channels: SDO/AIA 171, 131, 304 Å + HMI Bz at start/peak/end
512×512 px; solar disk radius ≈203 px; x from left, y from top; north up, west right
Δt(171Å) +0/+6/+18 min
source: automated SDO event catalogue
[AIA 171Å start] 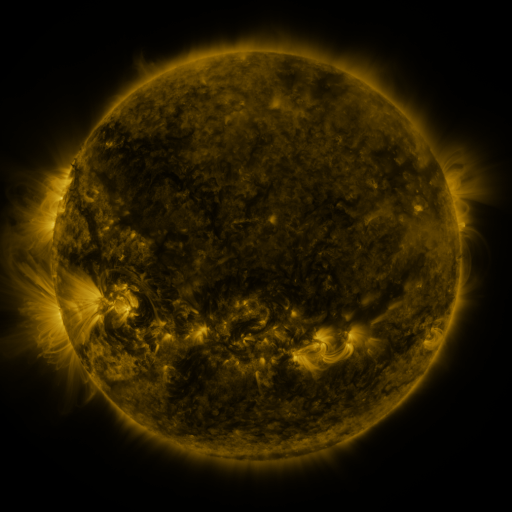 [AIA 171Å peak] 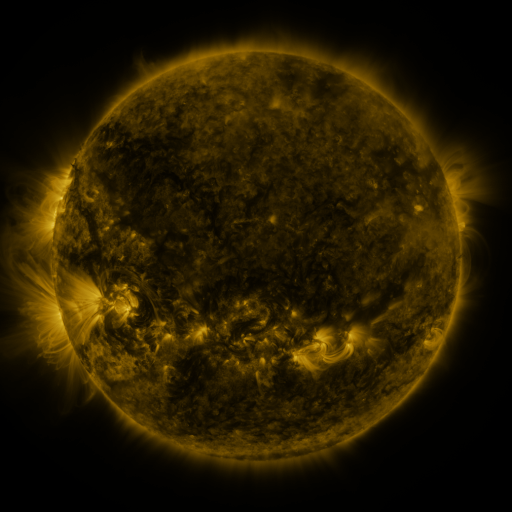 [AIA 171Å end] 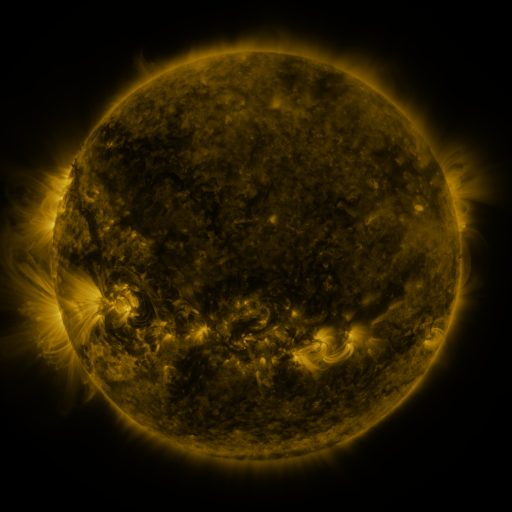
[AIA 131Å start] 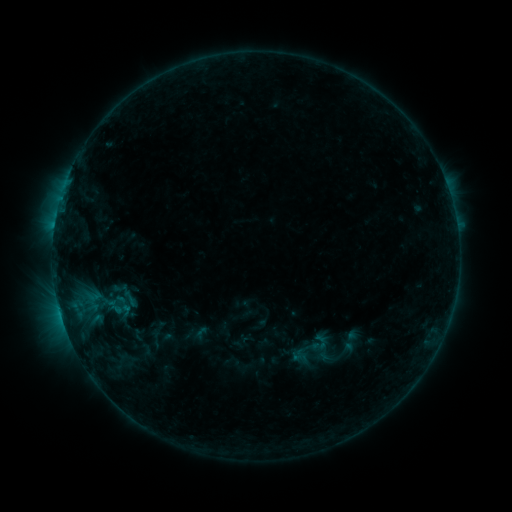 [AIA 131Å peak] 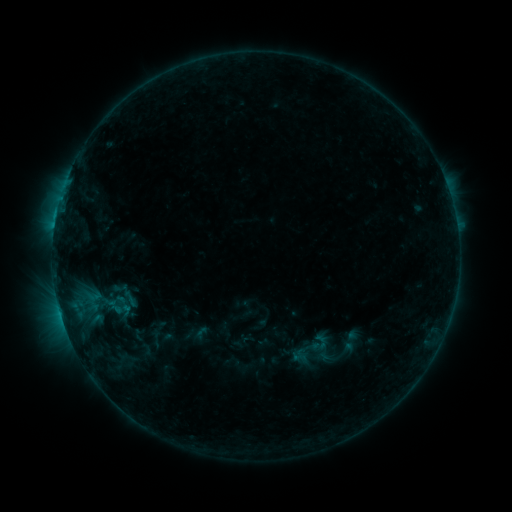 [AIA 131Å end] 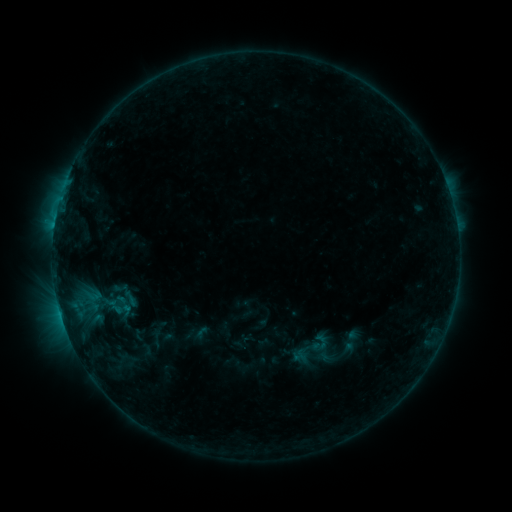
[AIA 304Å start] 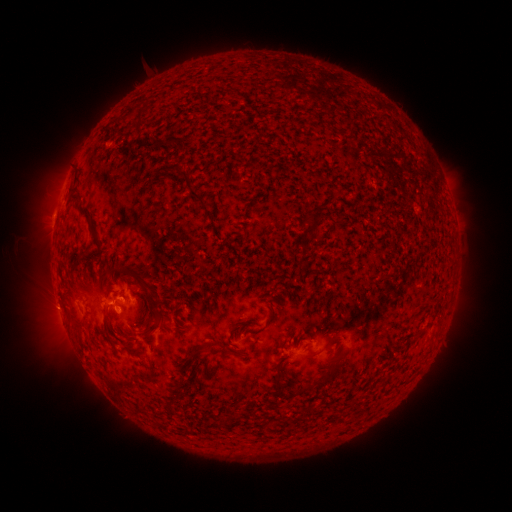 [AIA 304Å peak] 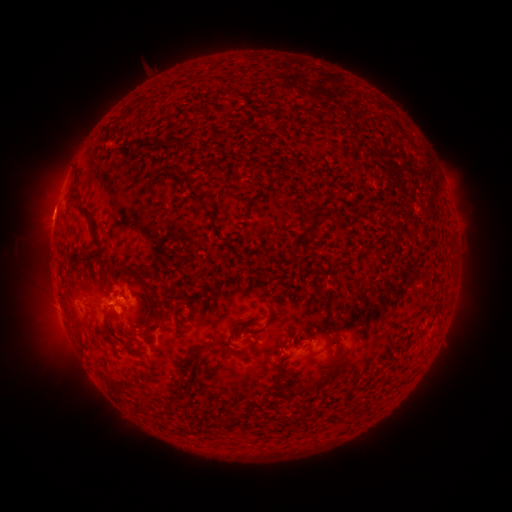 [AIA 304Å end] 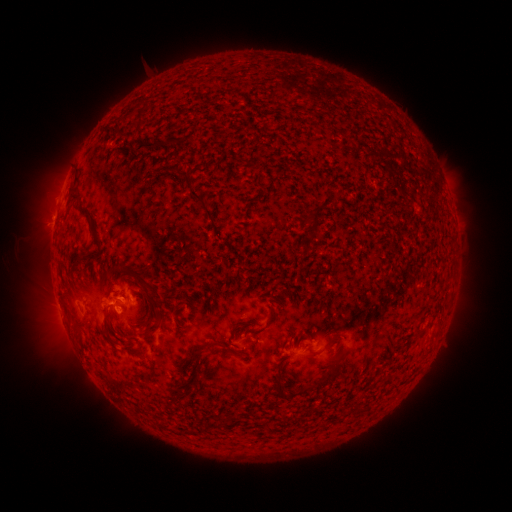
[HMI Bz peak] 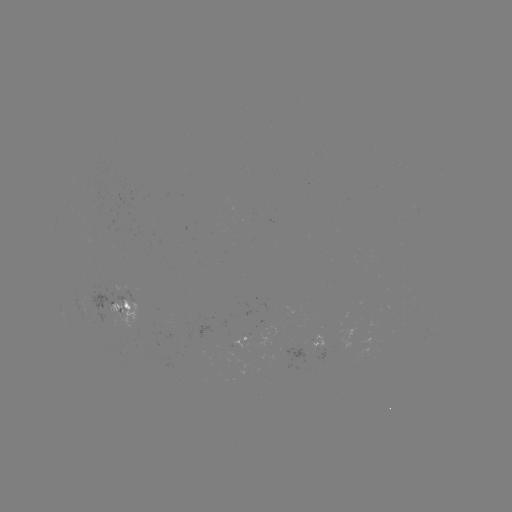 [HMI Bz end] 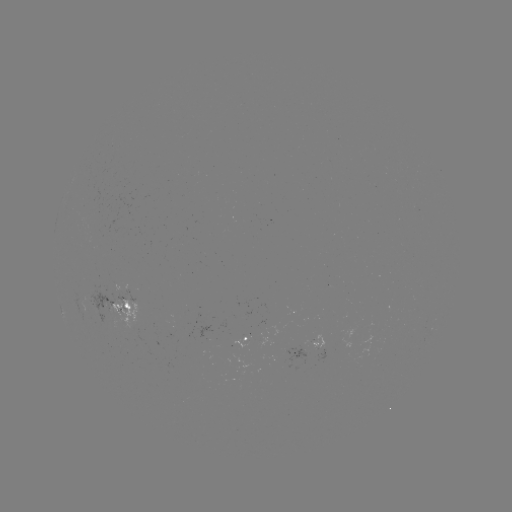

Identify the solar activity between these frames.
eruption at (53, 210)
